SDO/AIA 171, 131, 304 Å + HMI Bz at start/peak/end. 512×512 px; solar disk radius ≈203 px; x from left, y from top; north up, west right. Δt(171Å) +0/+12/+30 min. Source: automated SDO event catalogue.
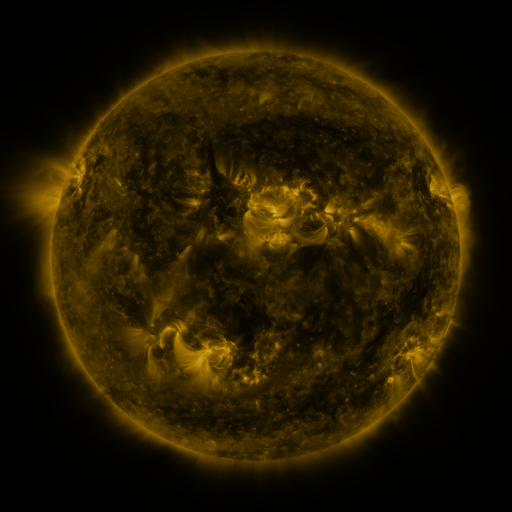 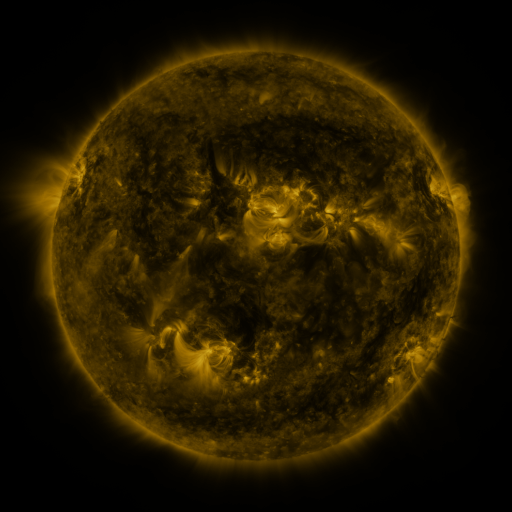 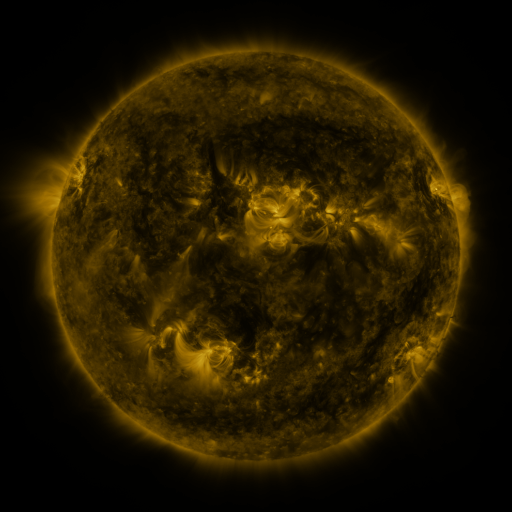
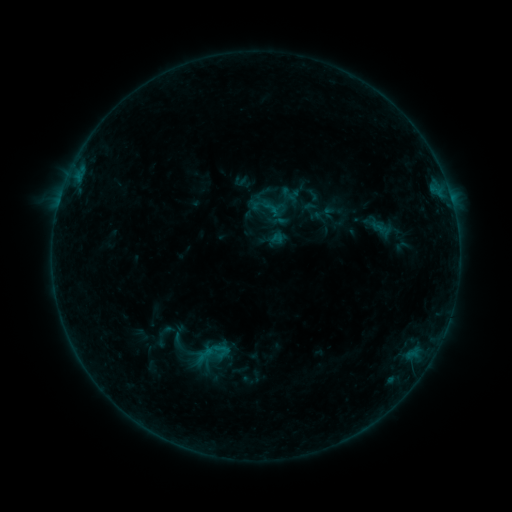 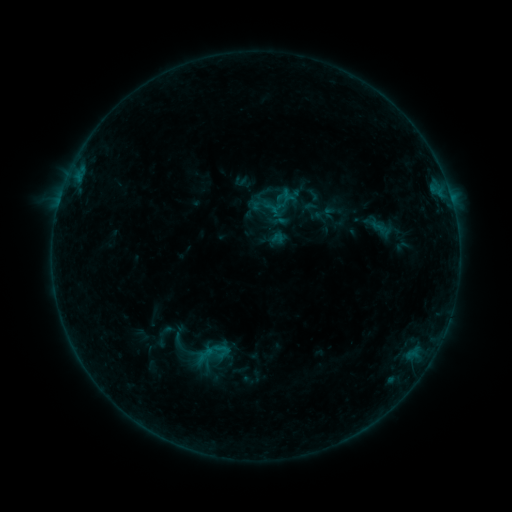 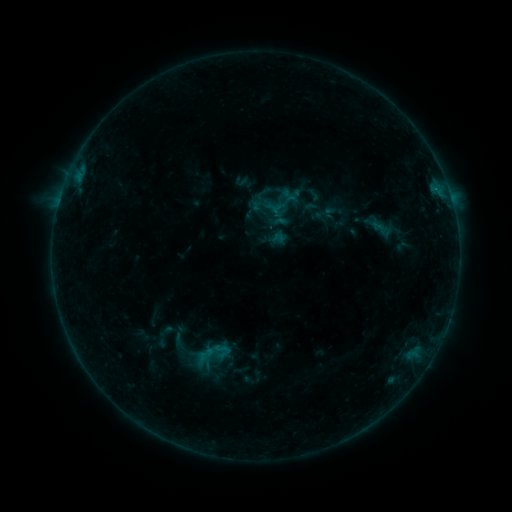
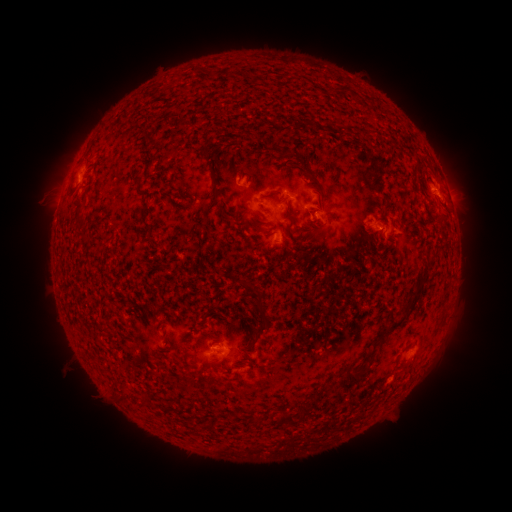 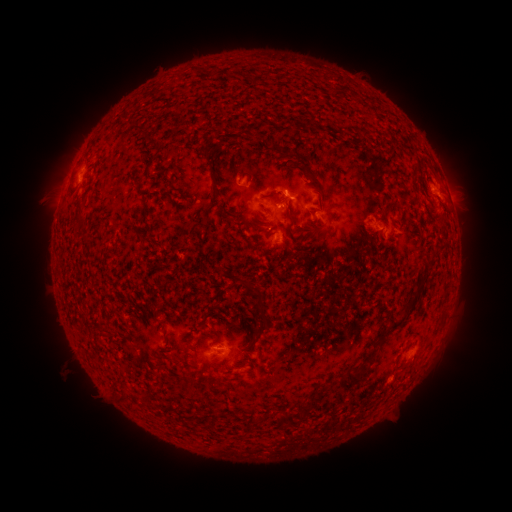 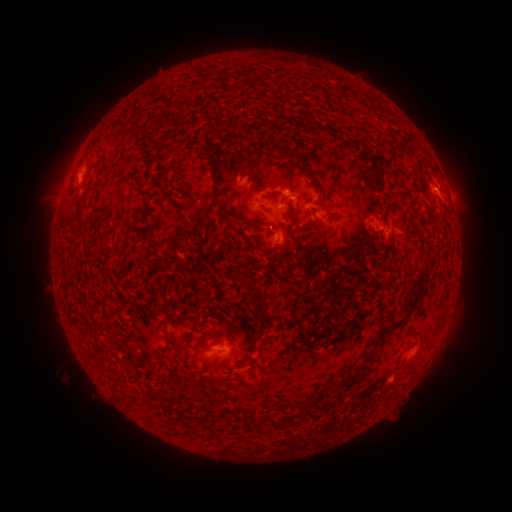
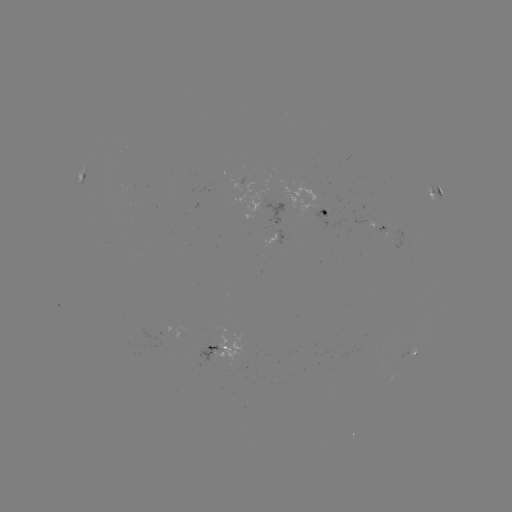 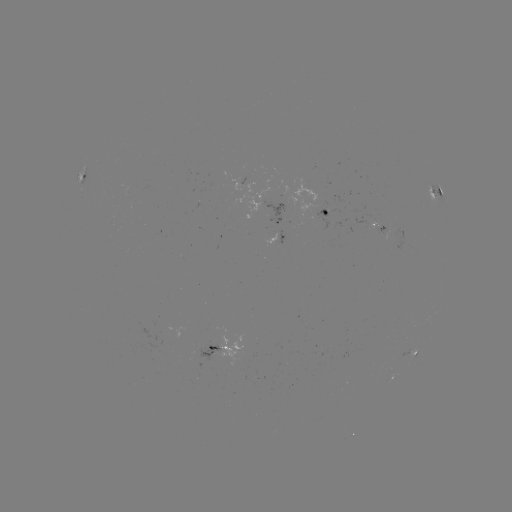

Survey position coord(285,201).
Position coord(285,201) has B4.5 flare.